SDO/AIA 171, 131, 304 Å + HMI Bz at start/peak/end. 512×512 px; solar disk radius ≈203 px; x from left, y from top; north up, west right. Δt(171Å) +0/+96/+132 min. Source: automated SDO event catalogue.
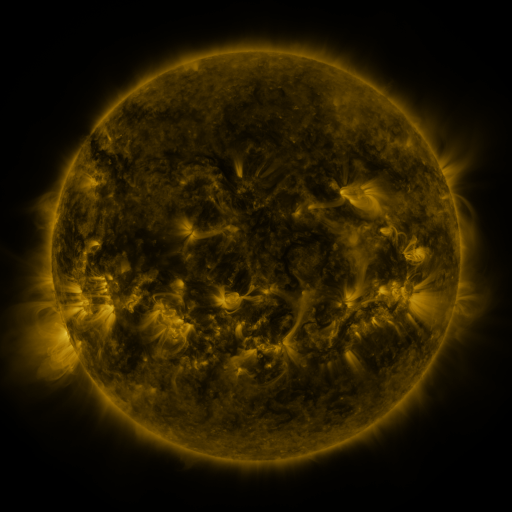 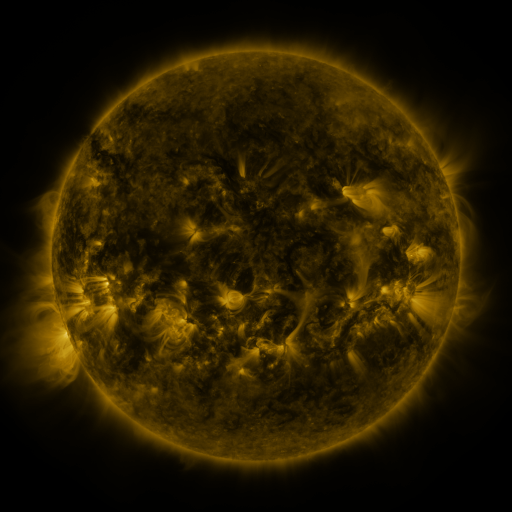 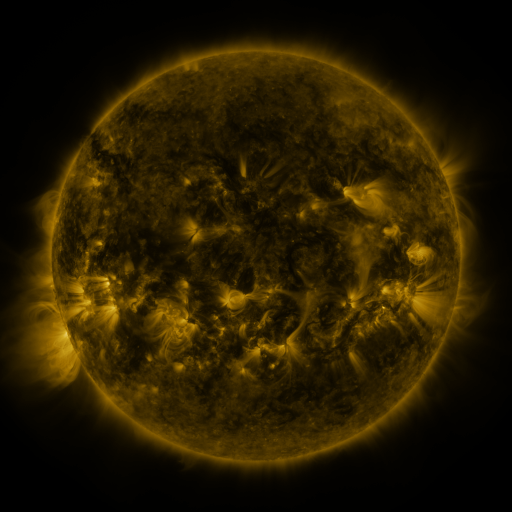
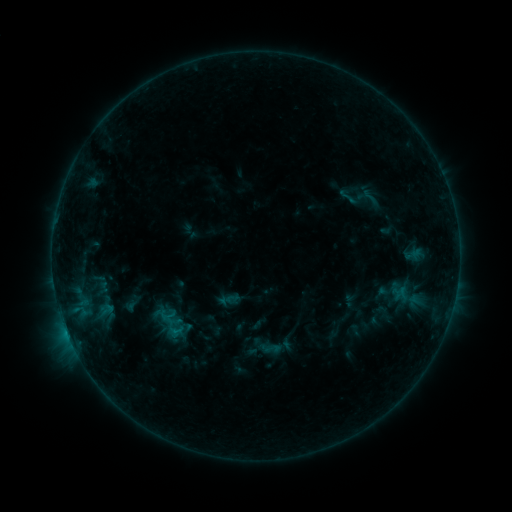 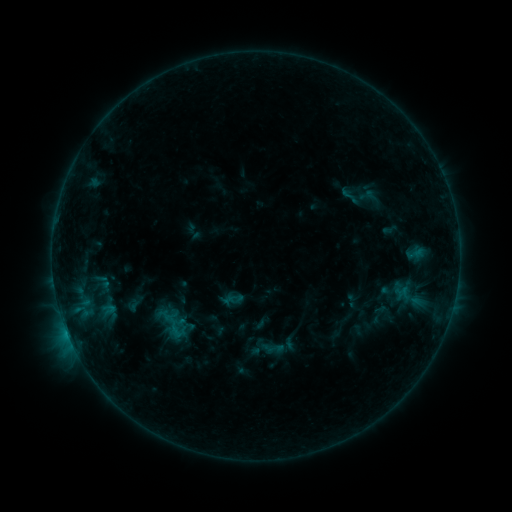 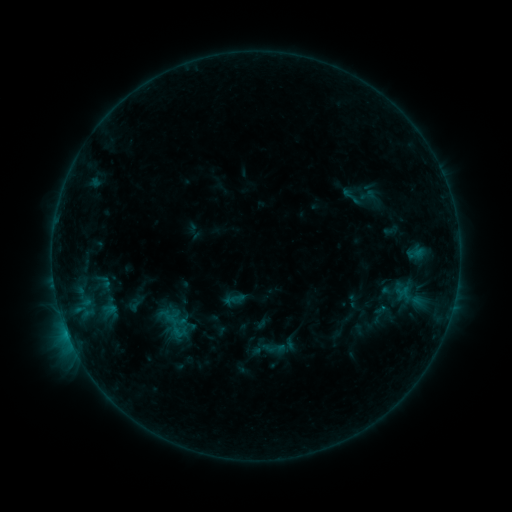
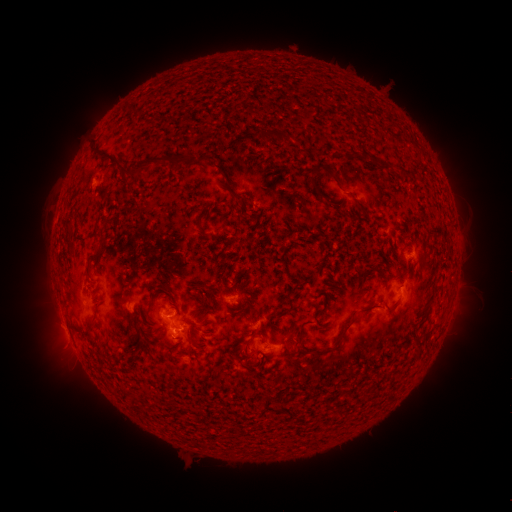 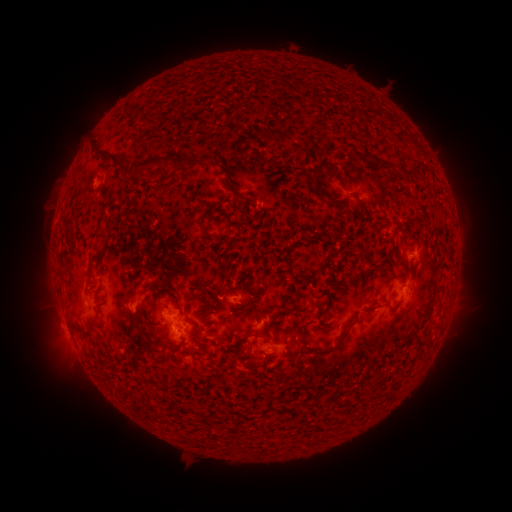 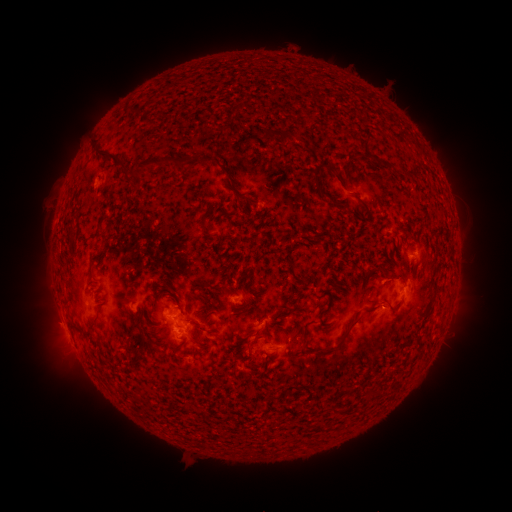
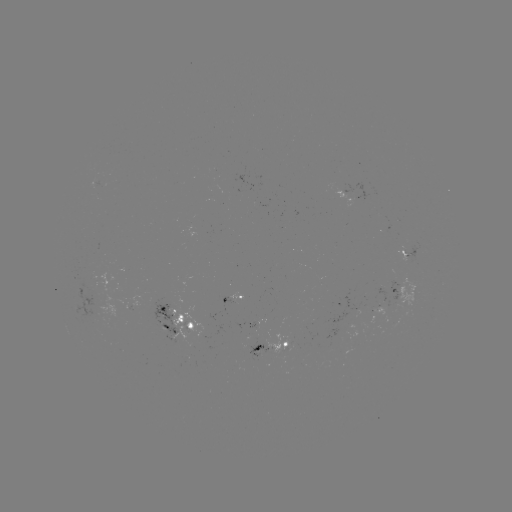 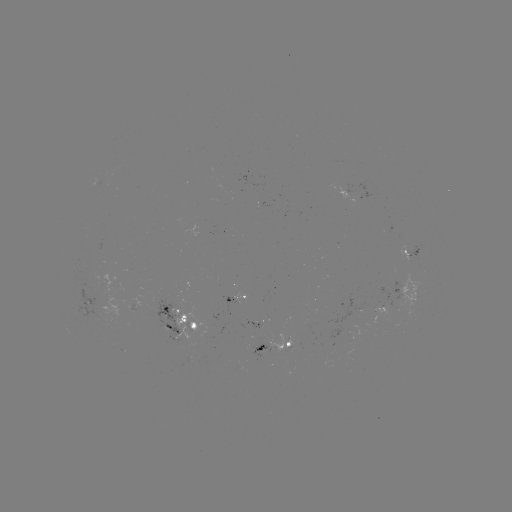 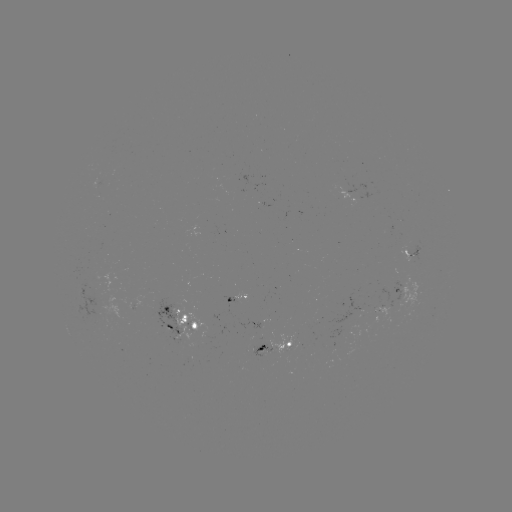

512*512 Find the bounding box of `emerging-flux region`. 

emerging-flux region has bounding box [391, 279, 401, 299].